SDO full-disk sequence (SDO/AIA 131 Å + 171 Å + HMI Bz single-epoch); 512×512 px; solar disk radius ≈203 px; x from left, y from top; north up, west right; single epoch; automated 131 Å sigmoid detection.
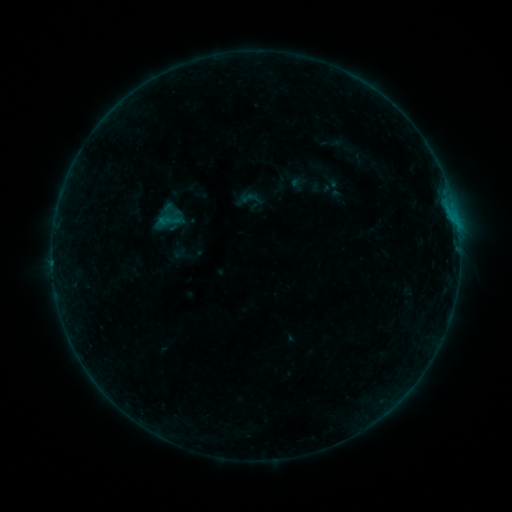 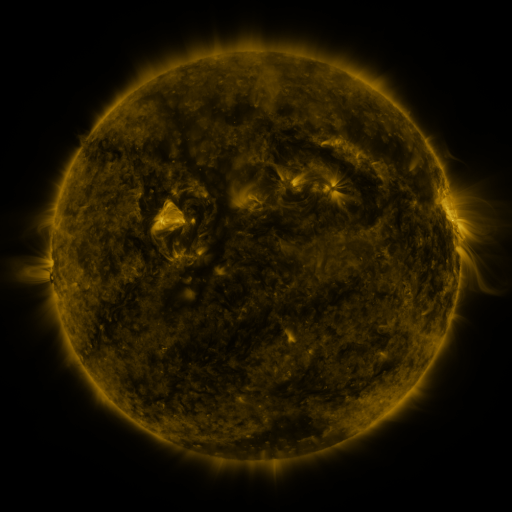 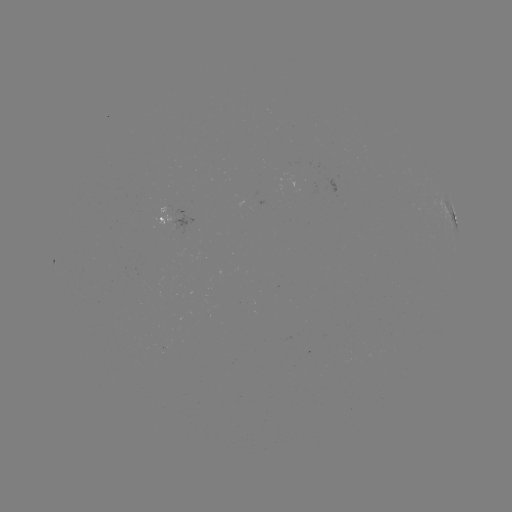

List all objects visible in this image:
sigmoid: (253, 196)
